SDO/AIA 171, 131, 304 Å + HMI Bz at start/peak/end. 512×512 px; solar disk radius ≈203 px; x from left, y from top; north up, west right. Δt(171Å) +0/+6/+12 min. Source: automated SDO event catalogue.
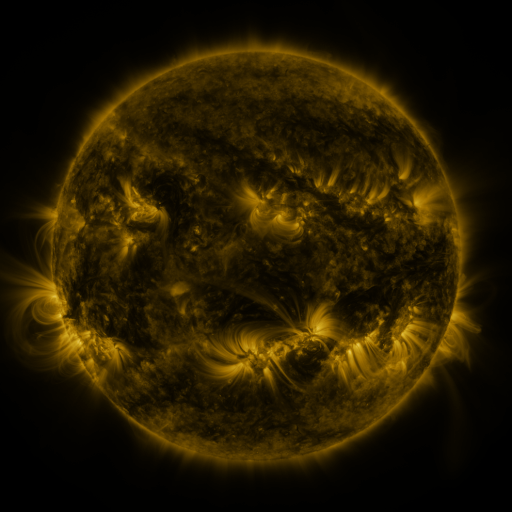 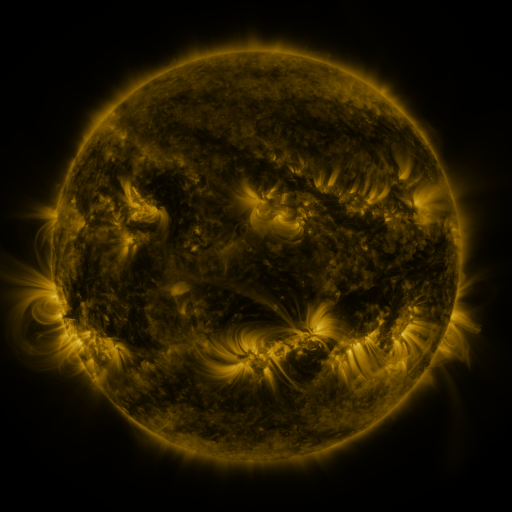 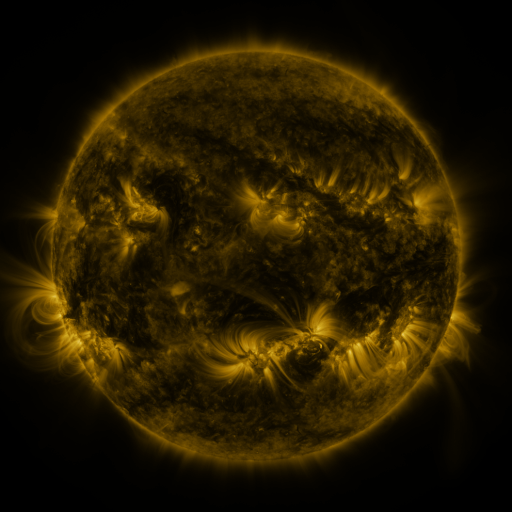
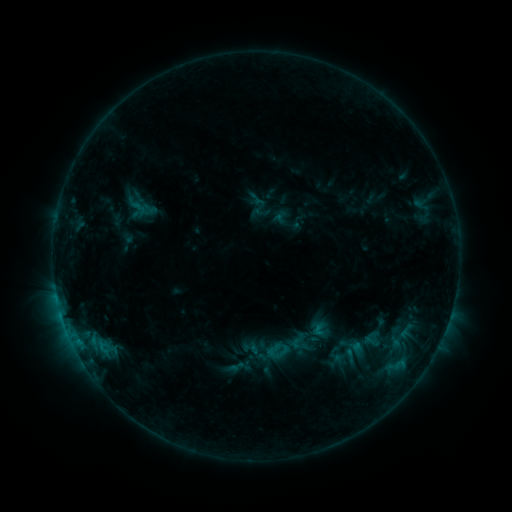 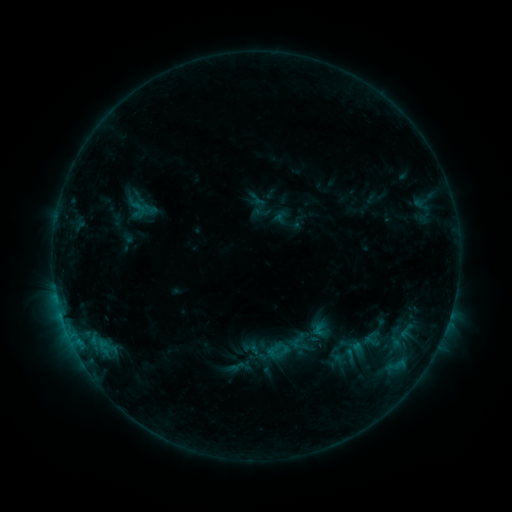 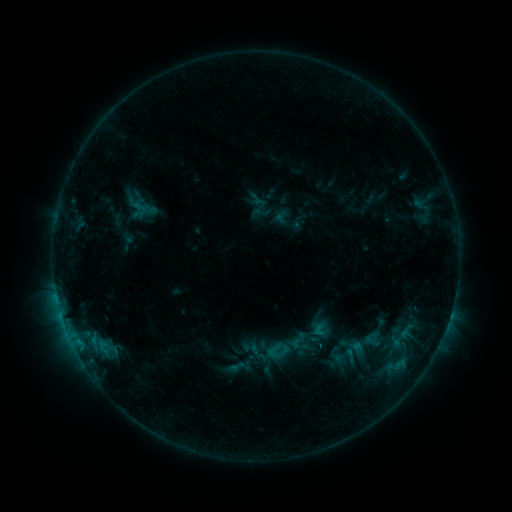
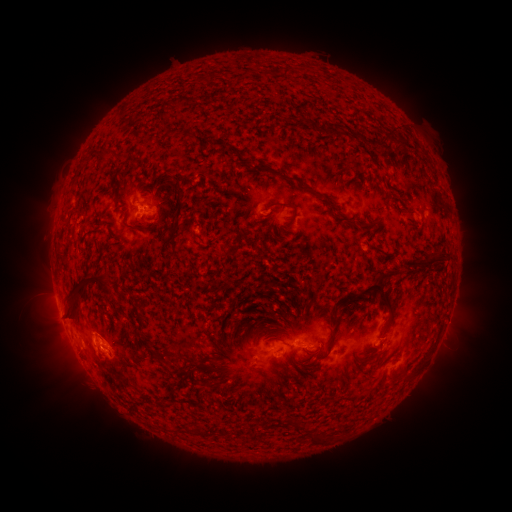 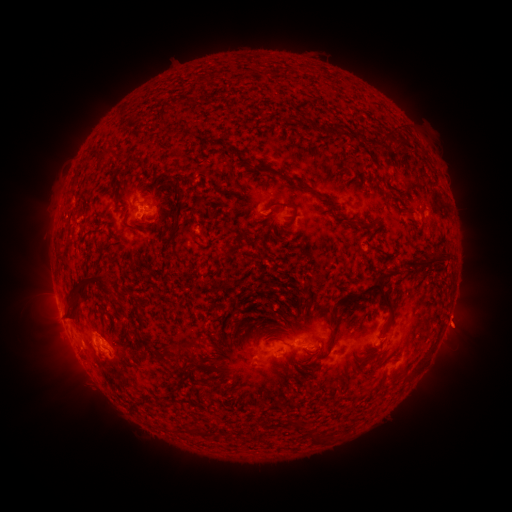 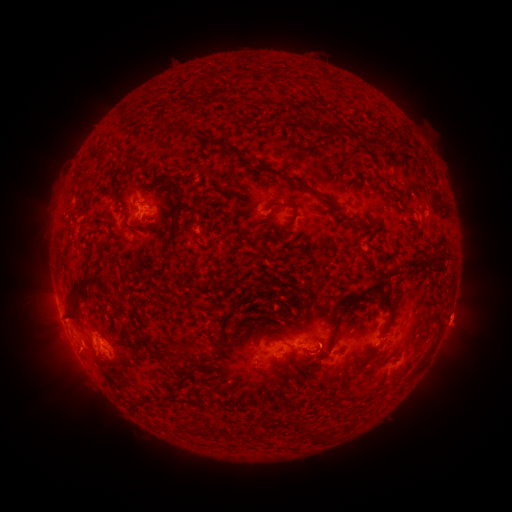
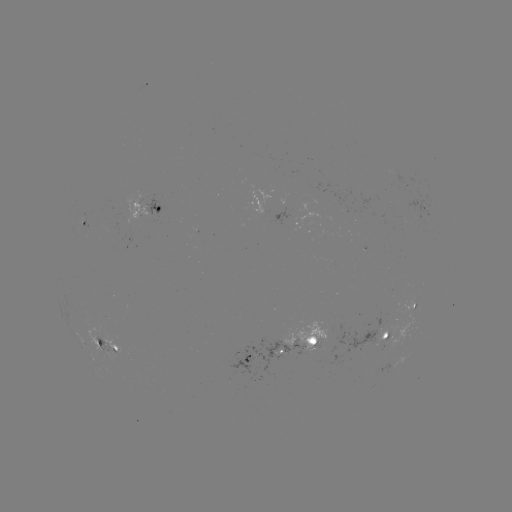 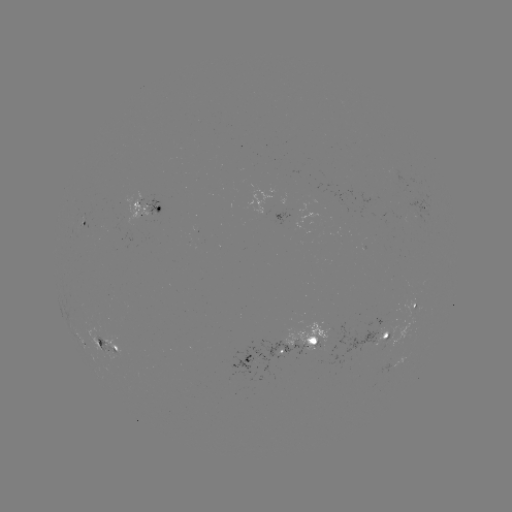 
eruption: <bbox>427, 297, 491, 358</bbox>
